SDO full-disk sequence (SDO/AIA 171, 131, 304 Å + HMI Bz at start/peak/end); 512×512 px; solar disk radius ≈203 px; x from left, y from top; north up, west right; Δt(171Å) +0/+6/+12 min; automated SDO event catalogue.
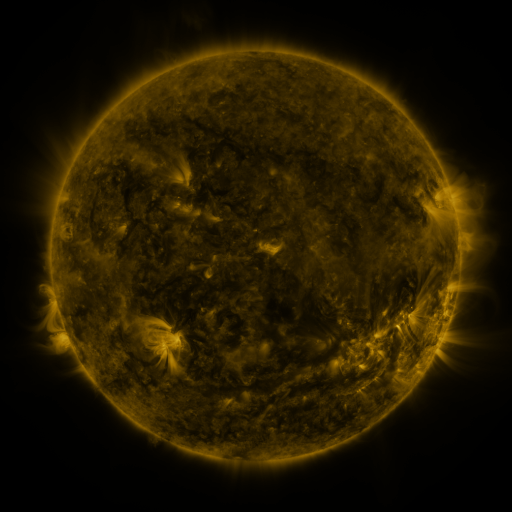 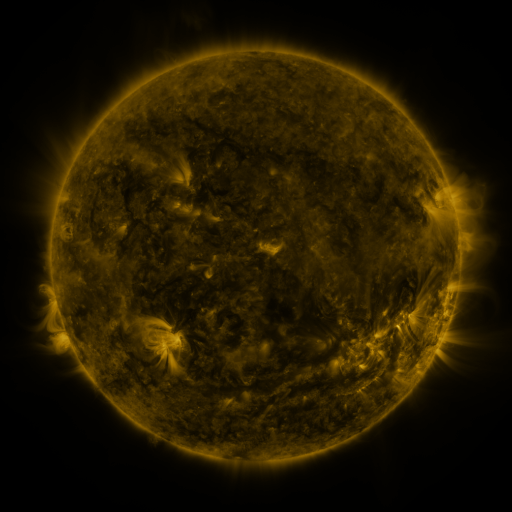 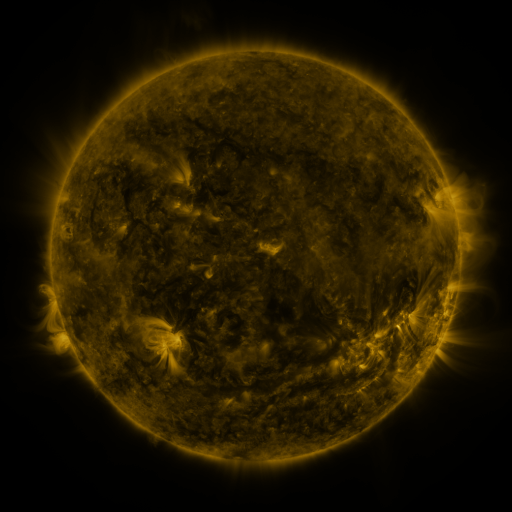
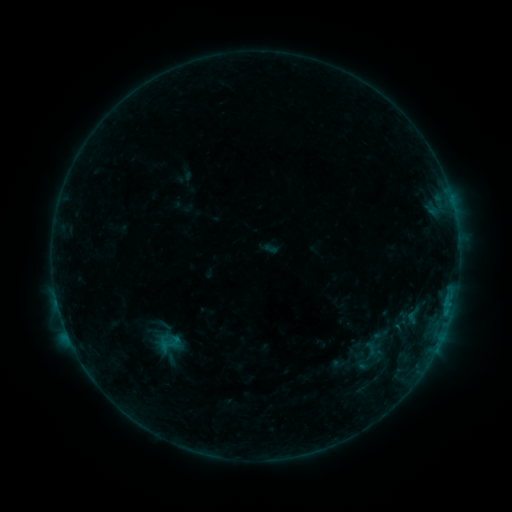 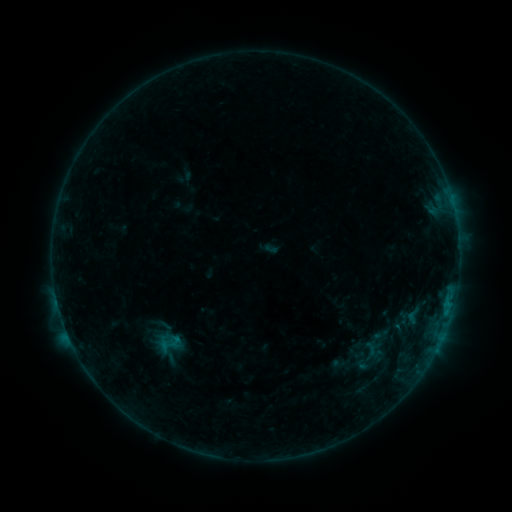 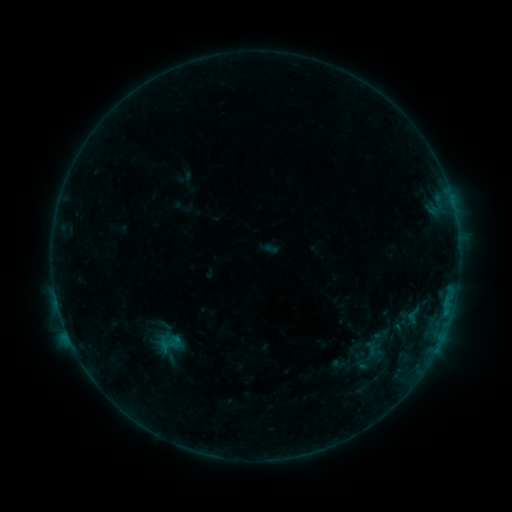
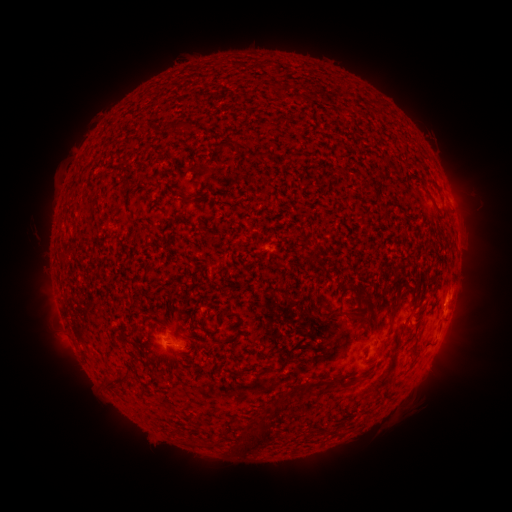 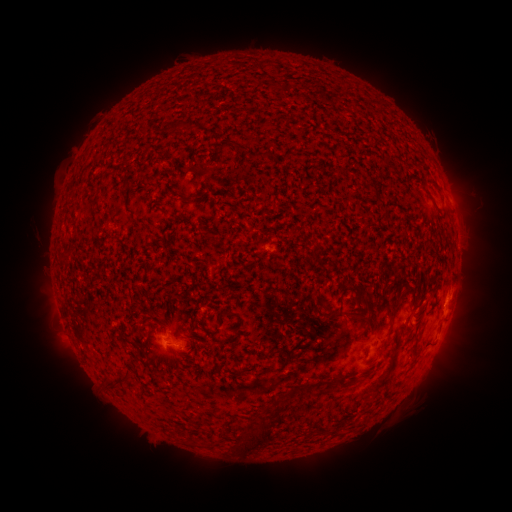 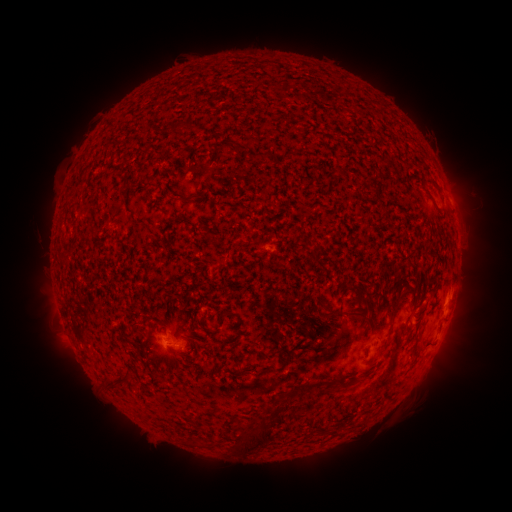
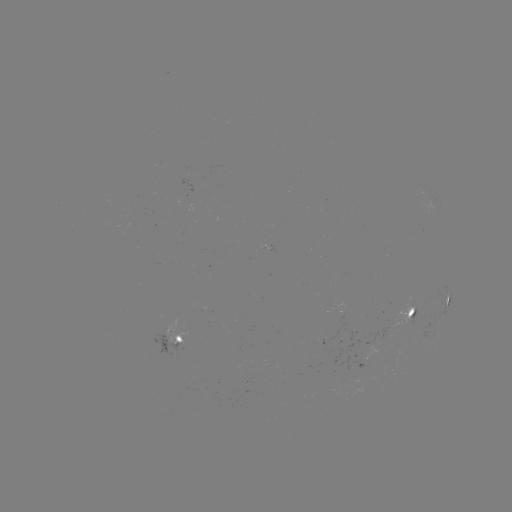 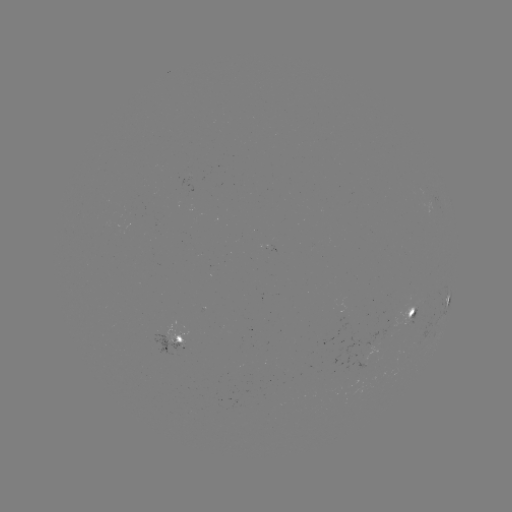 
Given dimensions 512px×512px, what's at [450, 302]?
B3.2 flare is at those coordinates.